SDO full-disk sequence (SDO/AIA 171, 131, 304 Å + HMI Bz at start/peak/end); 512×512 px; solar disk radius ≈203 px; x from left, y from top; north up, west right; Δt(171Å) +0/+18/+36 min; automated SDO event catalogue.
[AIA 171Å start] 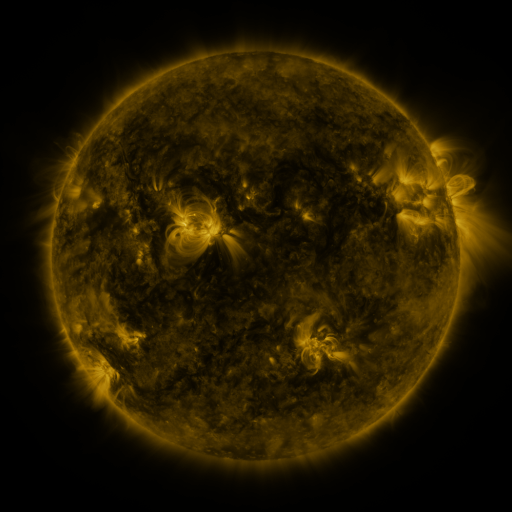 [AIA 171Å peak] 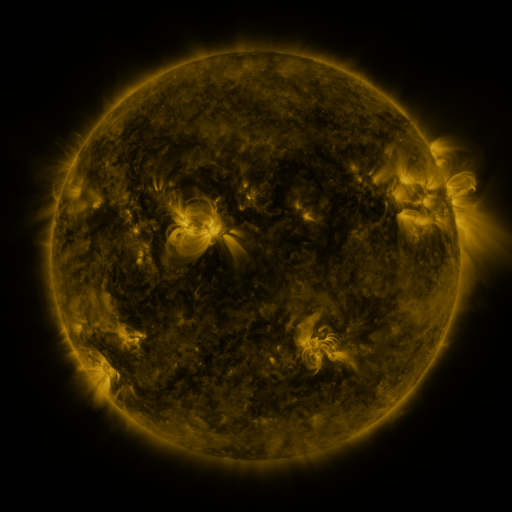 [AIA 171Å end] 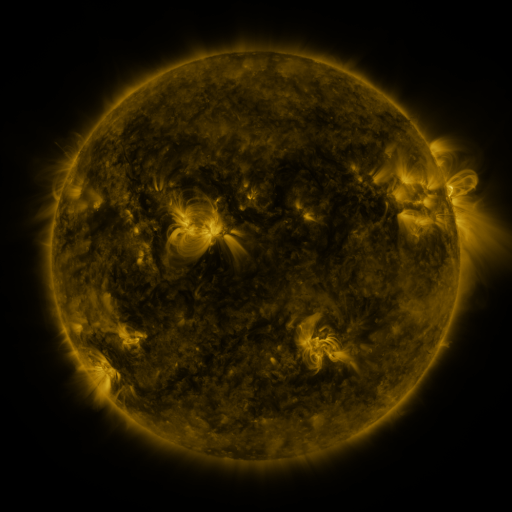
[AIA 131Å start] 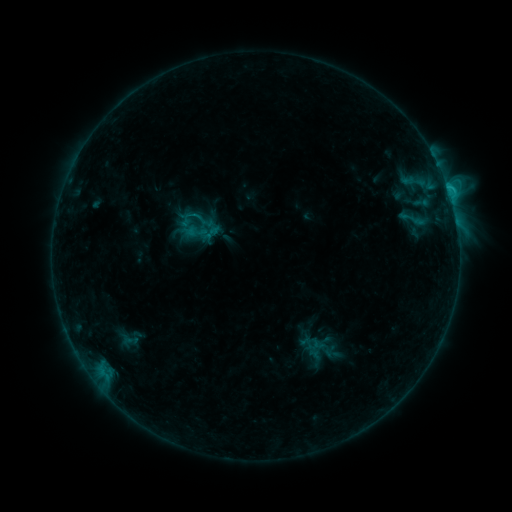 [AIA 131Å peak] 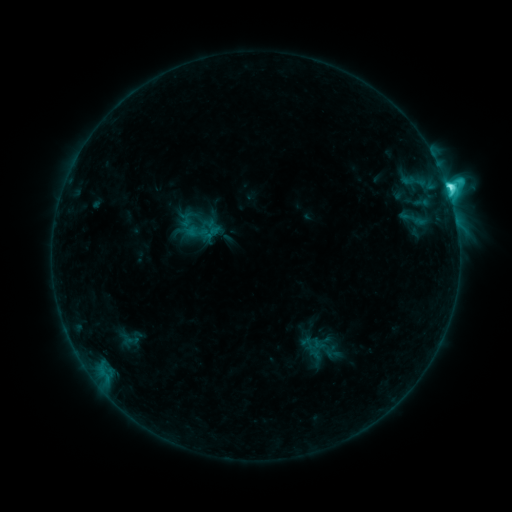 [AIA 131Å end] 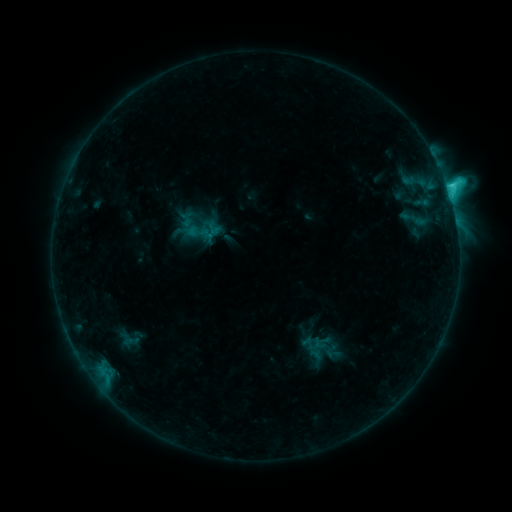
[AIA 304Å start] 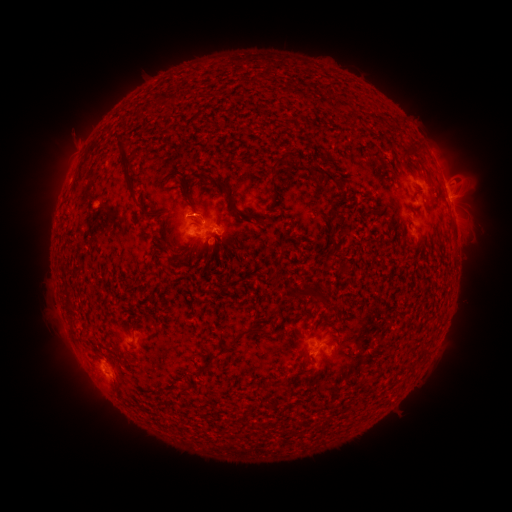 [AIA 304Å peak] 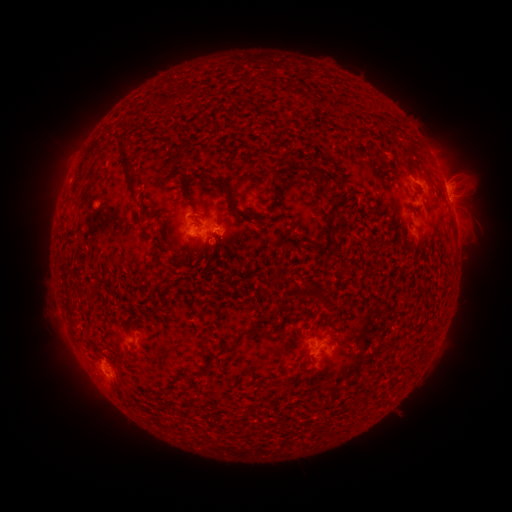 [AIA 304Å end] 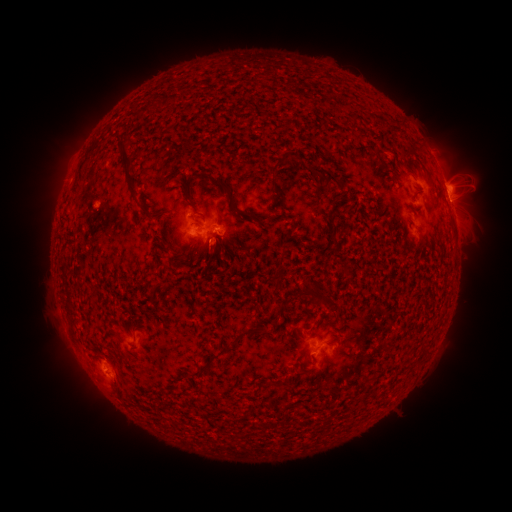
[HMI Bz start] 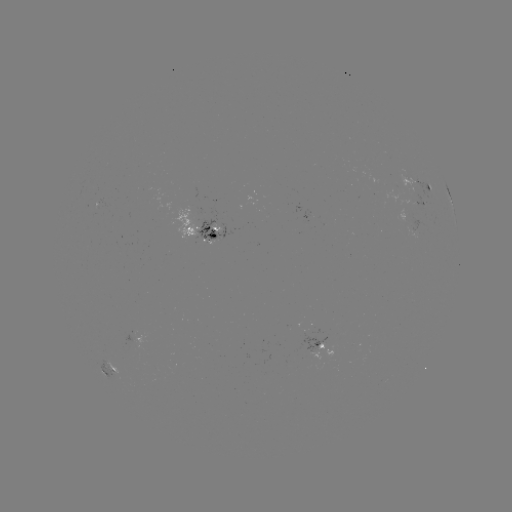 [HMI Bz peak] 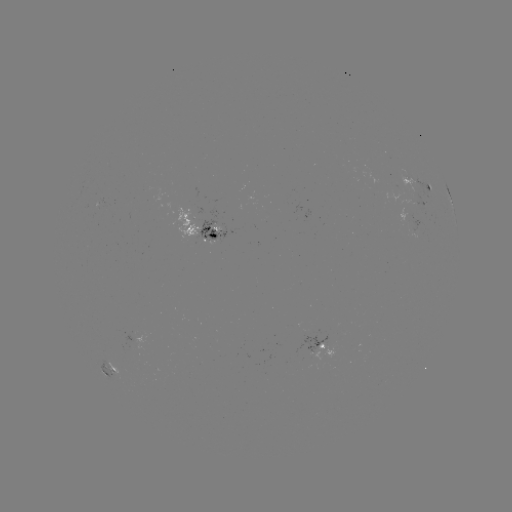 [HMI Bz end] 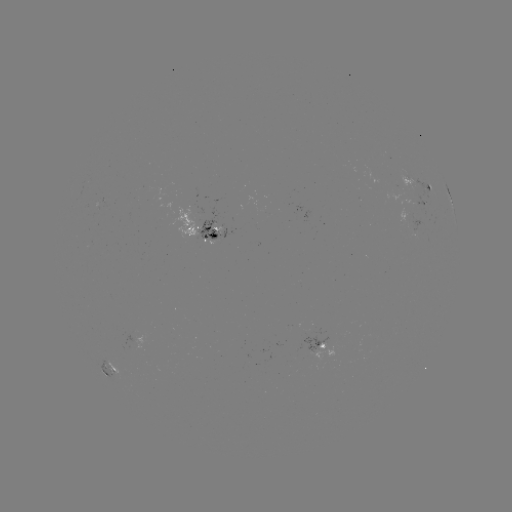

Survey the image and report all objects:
C5.8 flare: (447, 191)
